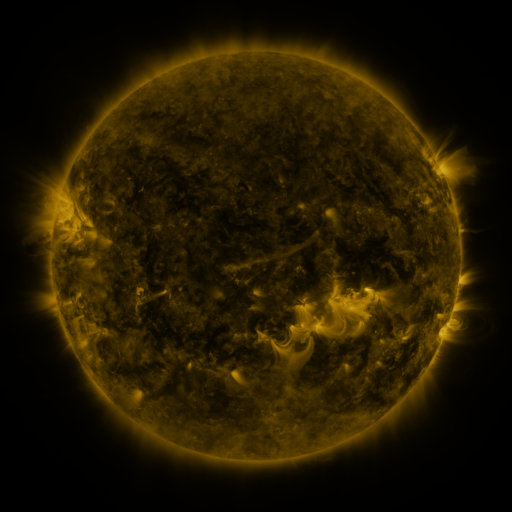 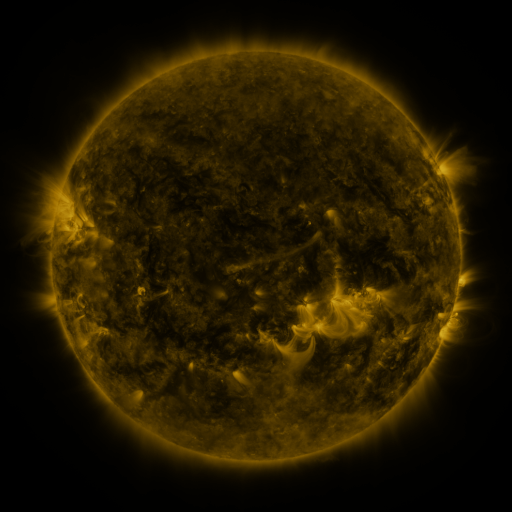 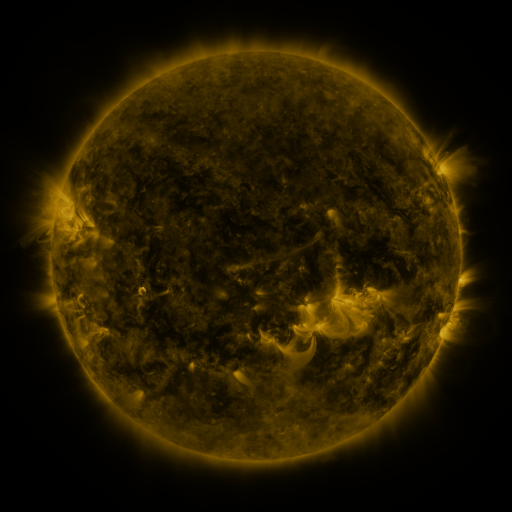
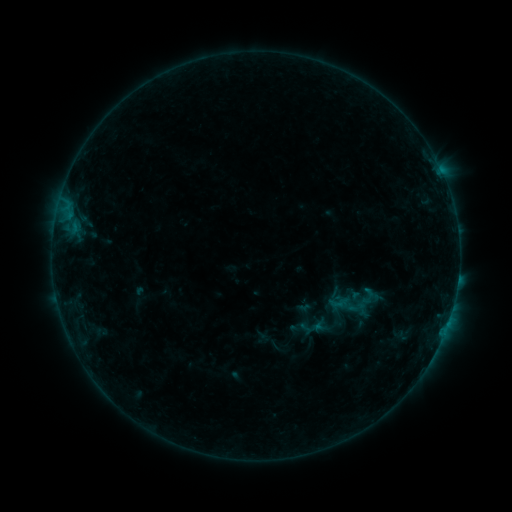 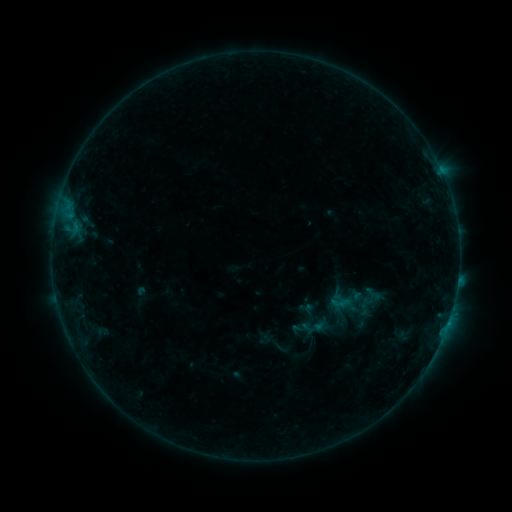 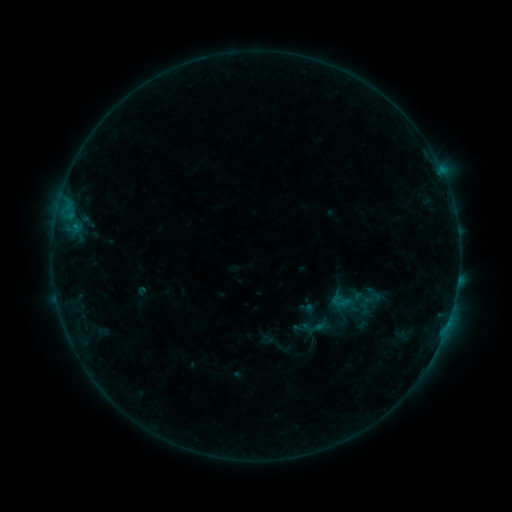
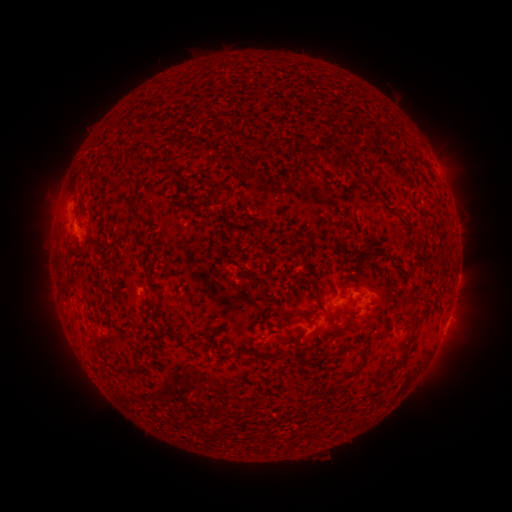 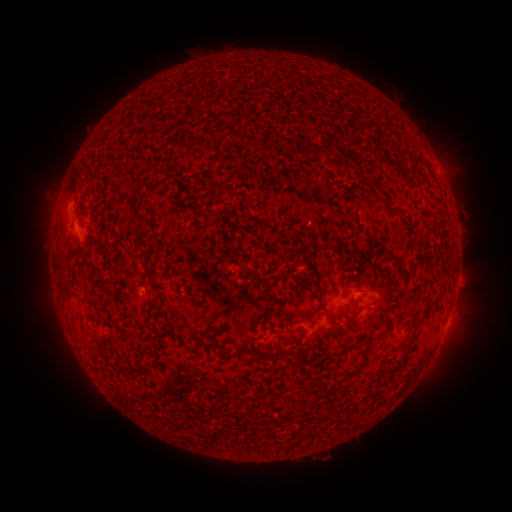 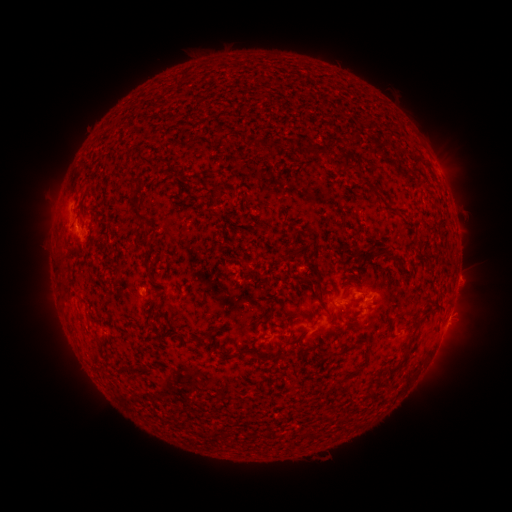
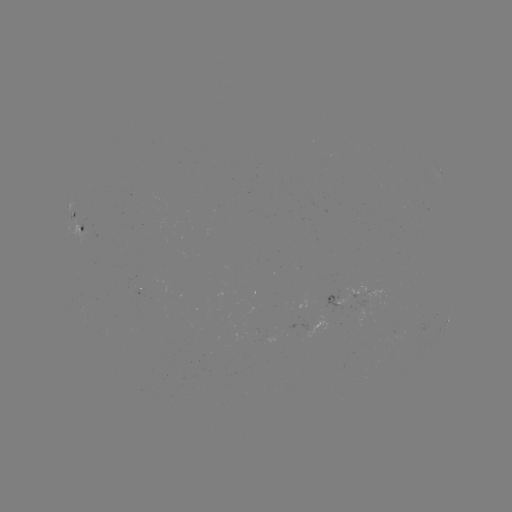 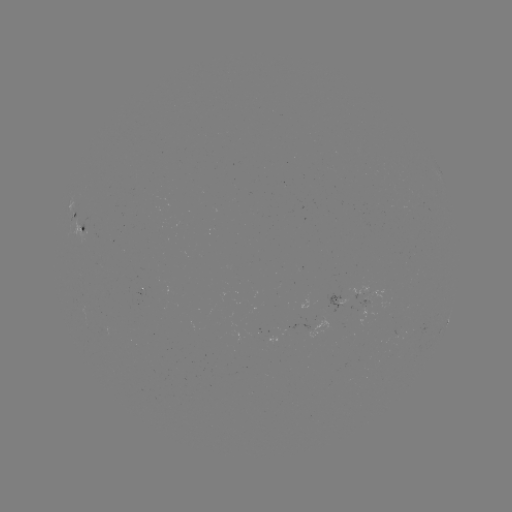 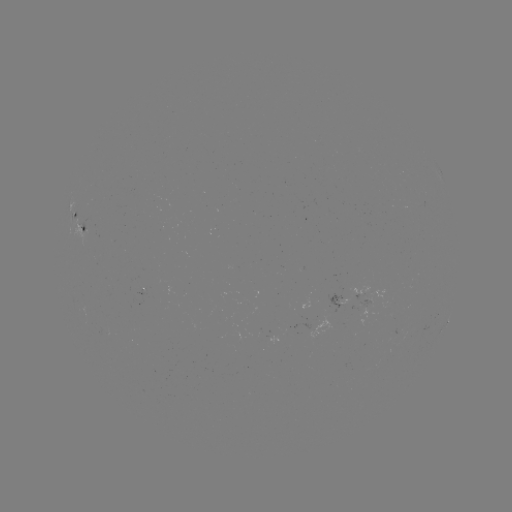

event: emerging-flux region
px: (366, 305)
